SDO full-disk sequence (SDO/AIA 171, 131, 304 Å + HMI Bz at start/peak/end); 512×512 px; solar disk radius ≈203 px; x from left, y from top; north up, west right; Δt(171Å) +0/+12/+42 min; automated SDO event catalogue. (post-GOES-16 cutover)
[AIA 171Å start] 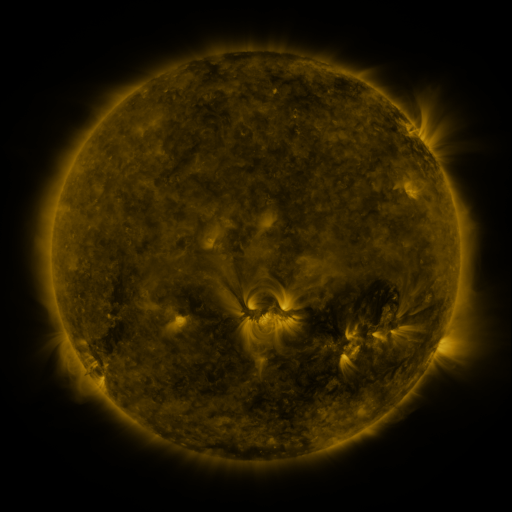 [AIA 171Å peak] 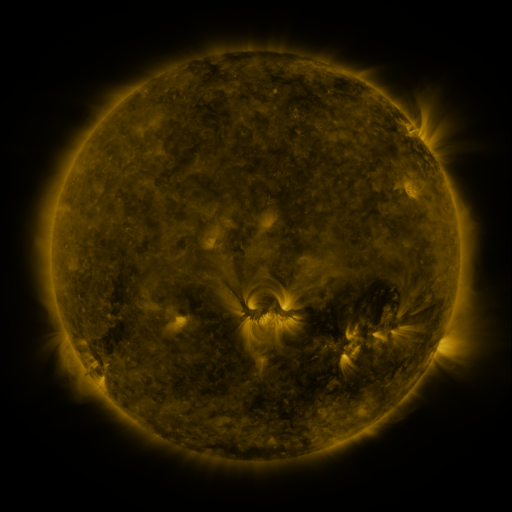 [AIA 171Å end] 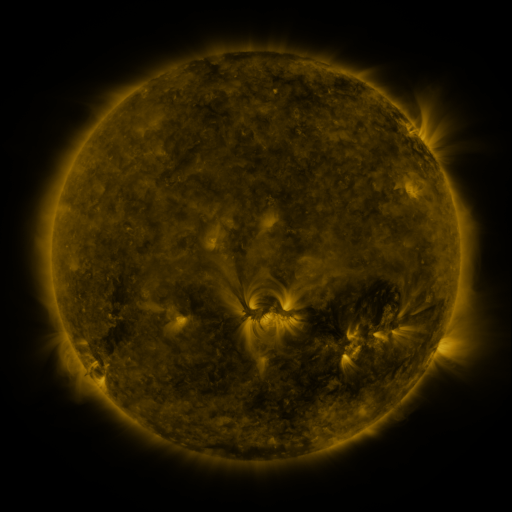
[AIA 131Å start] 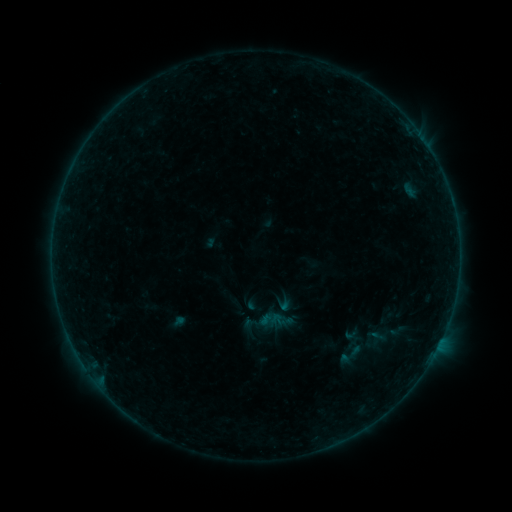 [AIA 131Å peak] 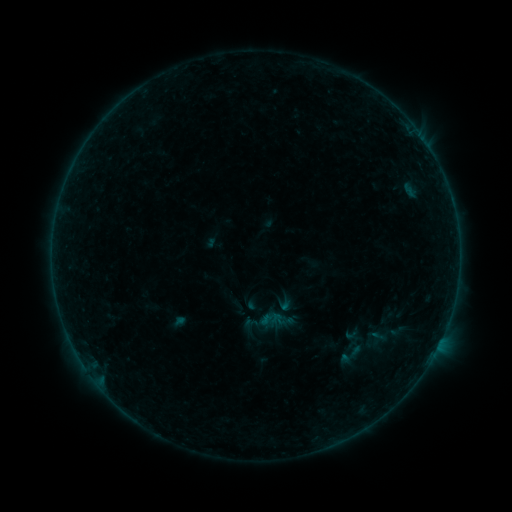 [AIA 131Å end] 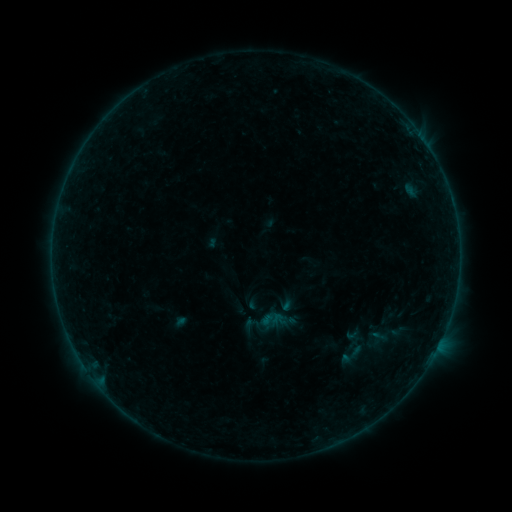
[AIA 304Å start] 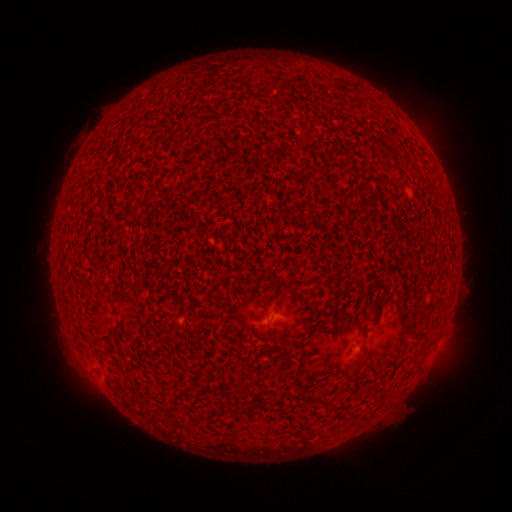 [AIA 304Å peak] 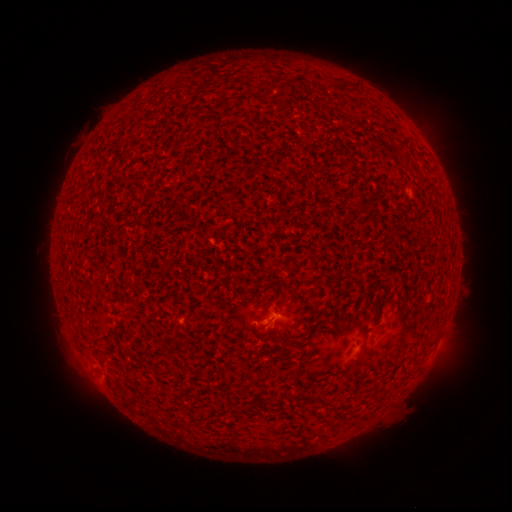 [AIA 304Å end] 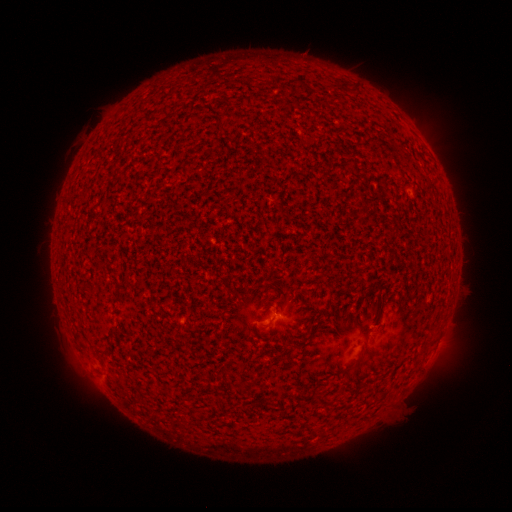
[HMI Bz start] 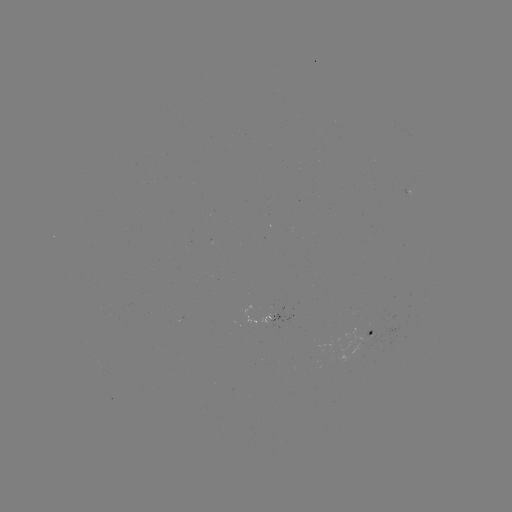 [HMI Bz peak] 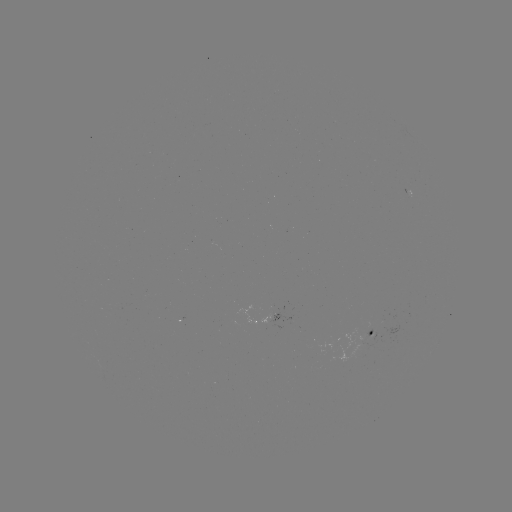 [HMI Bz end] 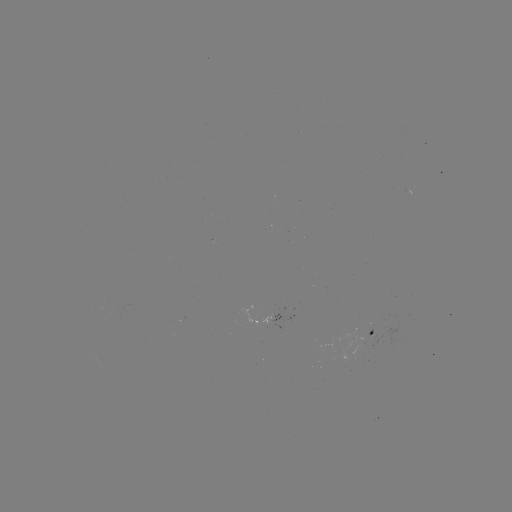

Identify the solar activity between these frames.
A7.7 flare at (259, 328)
